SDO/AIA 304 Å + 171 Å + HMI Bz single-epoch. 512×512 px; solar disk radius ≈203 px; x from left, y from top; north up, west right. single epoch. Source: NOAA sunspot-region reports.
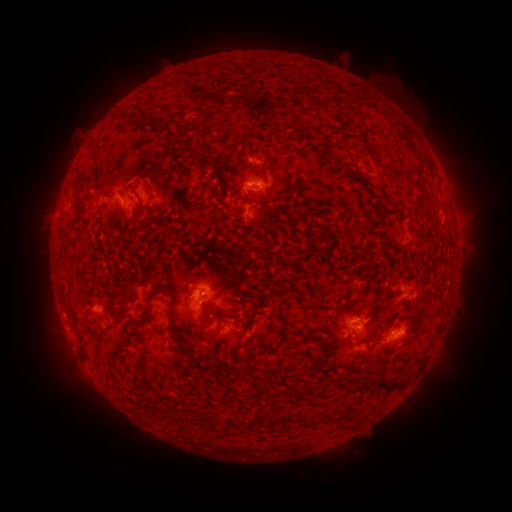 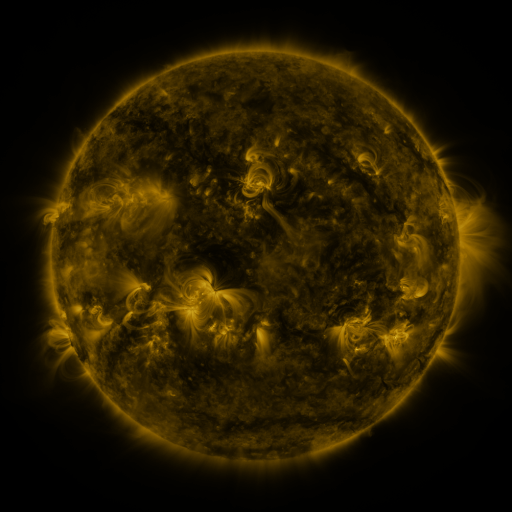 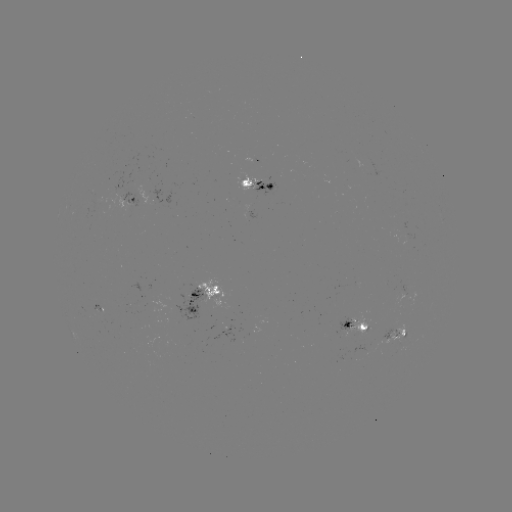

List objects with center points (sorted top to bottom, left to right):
spotted active region: (252, 159)
spotted active region: (259, 182)
spotted active region: (136, 192)
spotted active region: (215, 291)
spotted active region: (351, 324)
spotted active region: (394, 334)
